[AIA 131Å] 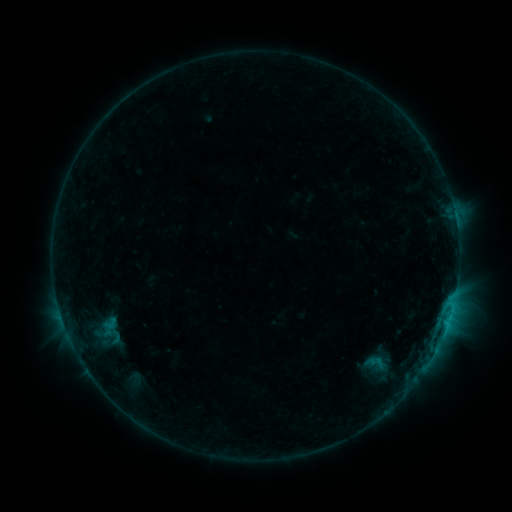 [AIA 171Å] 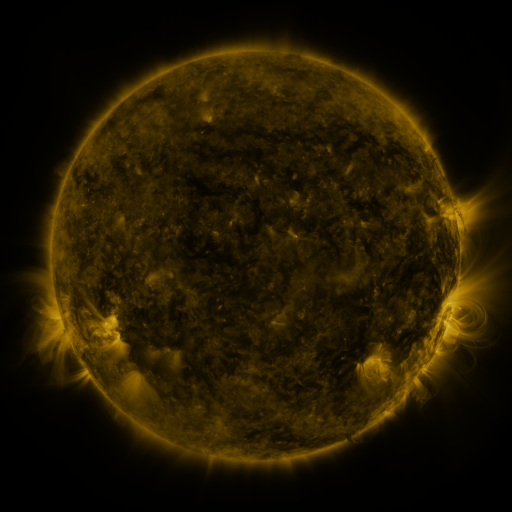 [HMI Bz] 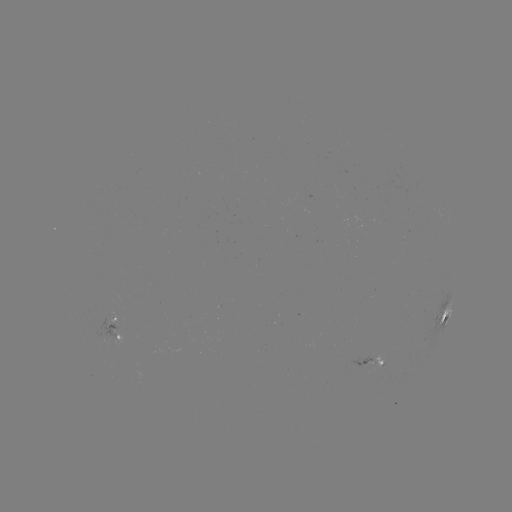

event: sigmoid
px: (376, 365)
